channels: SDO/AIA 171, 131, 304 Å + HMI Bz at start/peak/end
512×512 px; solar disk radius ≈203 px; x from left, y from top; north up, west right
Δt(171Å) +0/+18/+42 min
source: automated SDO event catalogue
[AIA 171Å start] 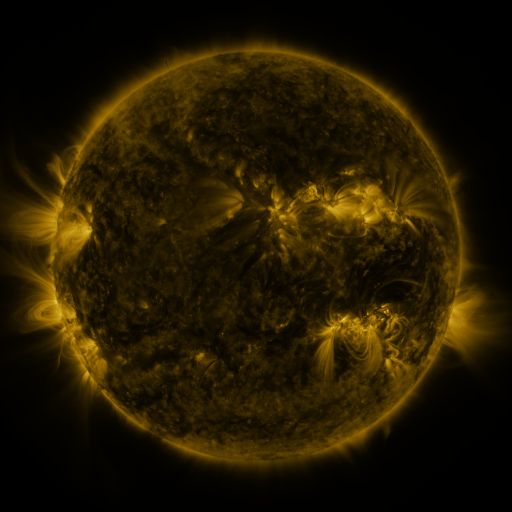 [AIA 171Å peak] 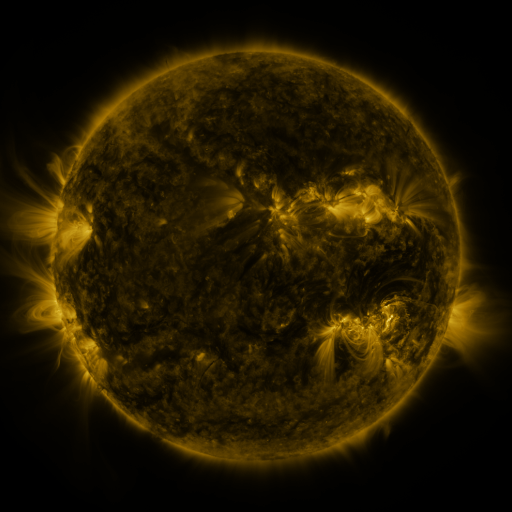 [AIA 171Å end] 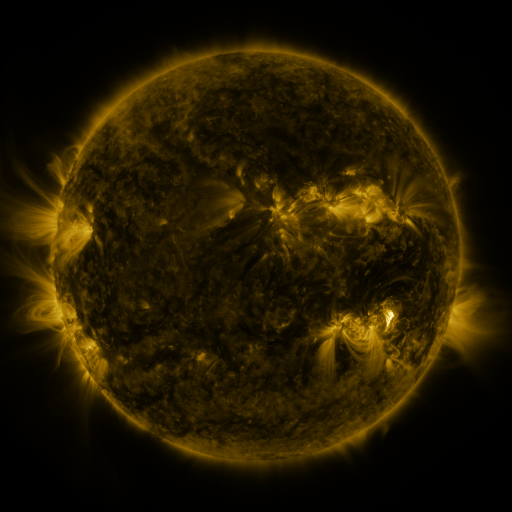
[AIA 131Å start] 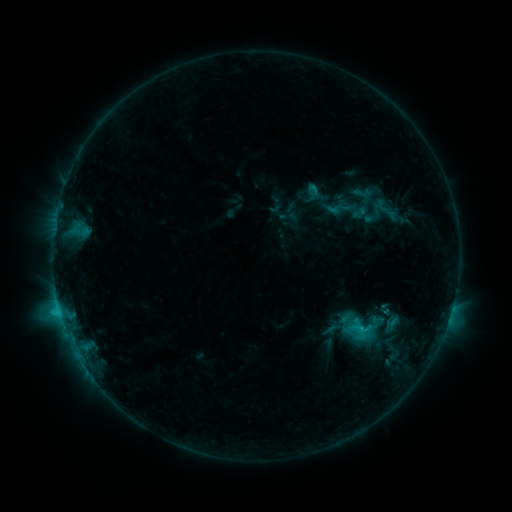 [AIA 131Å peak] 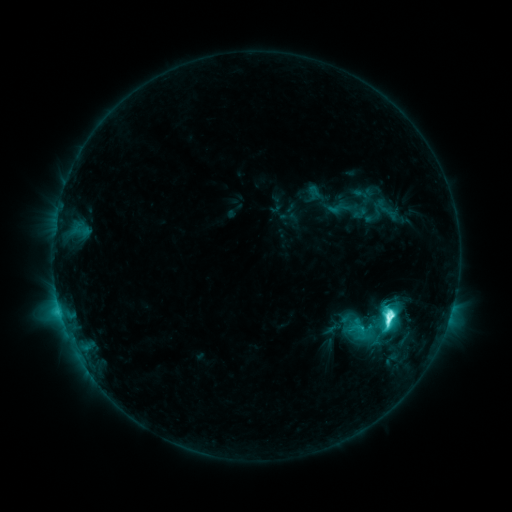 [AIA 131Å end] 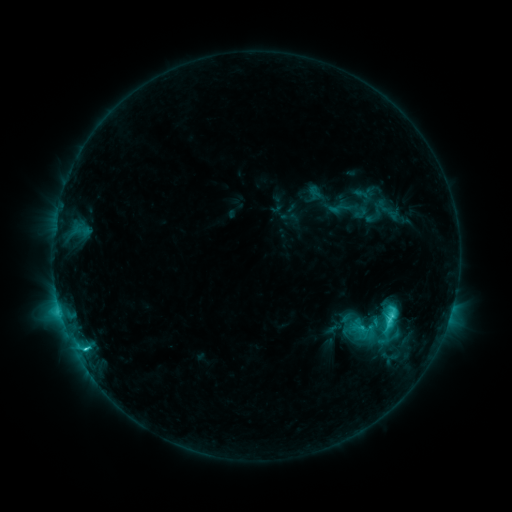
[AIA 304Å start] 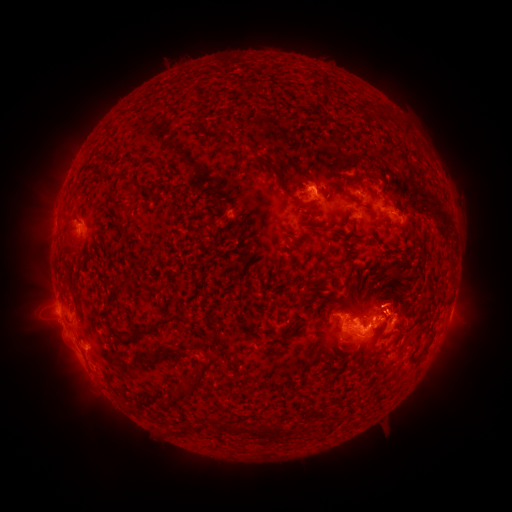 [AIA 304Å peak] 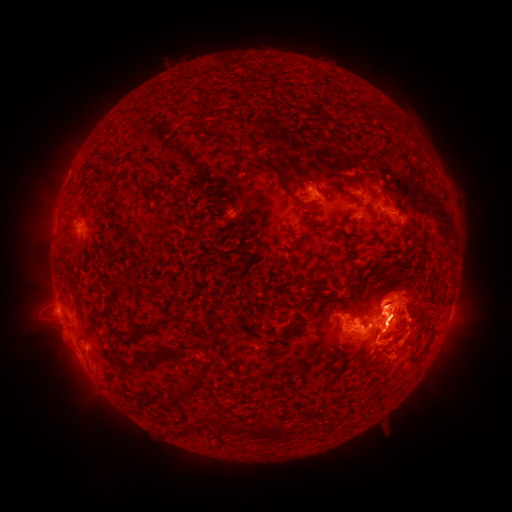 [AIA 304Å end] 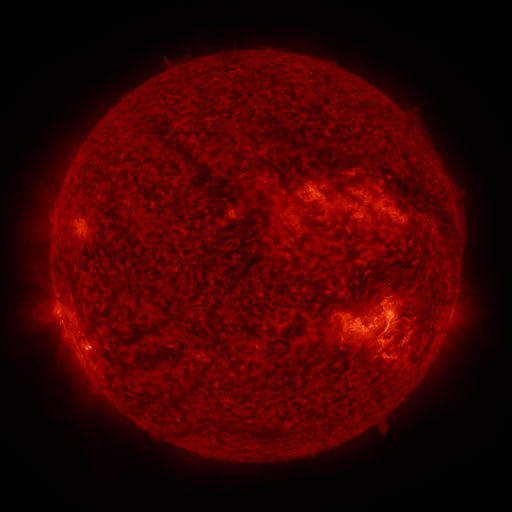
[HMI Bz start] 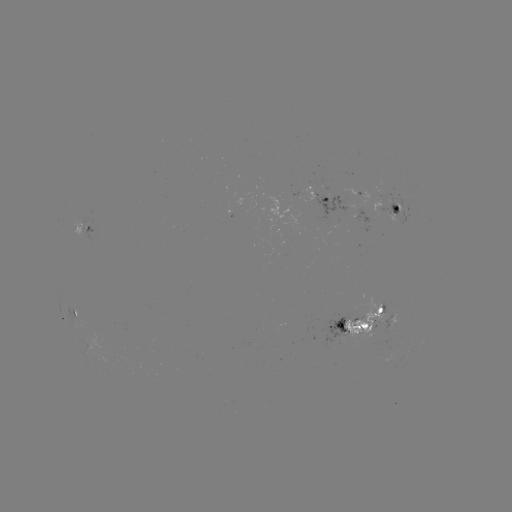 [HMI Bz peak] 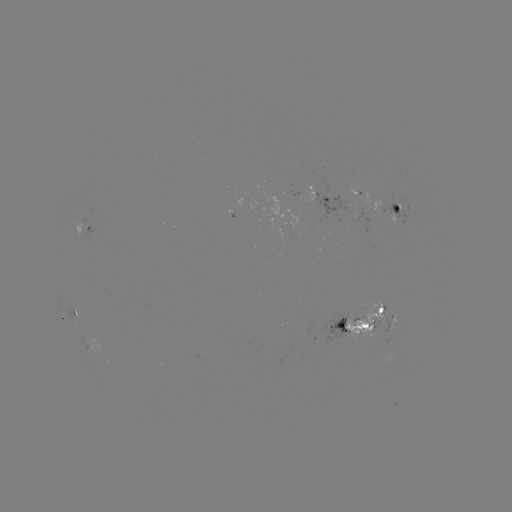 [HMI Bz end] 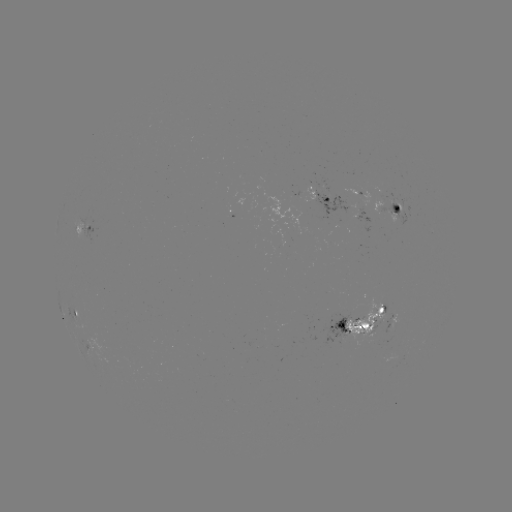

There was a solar eruption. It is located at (402, 303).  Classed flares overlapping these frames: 2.